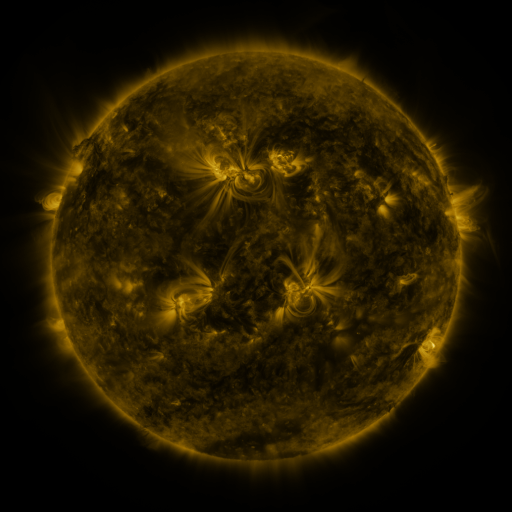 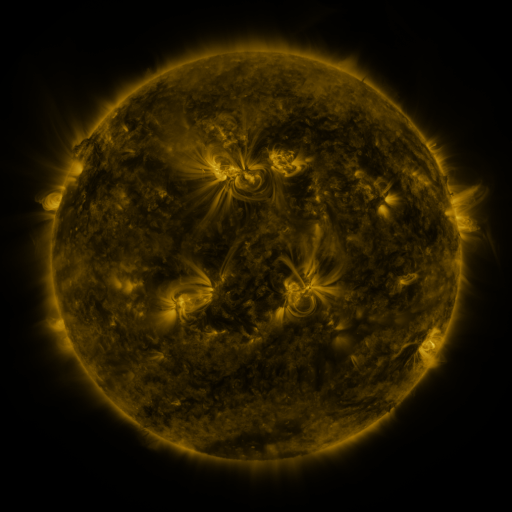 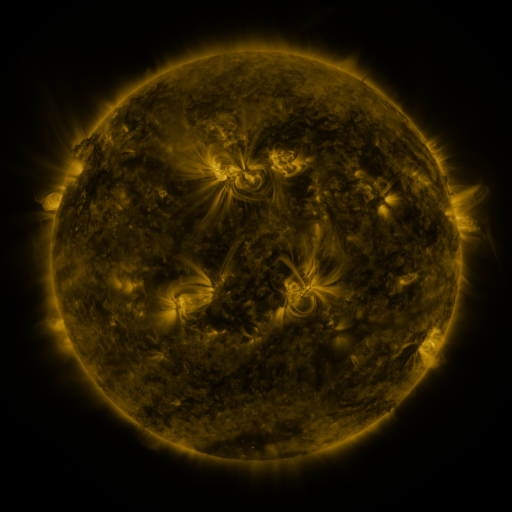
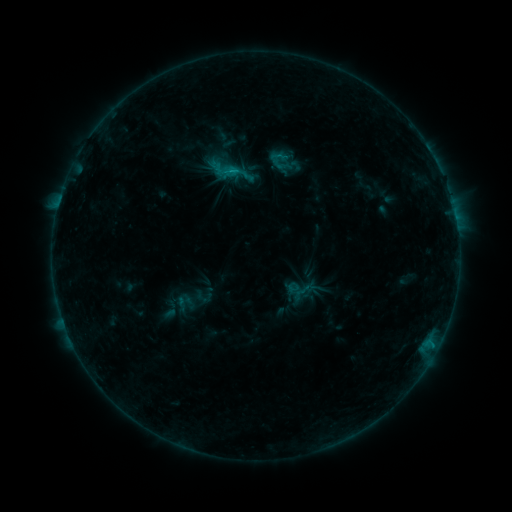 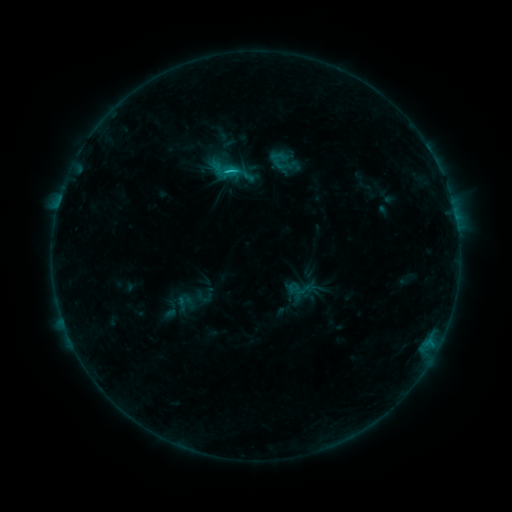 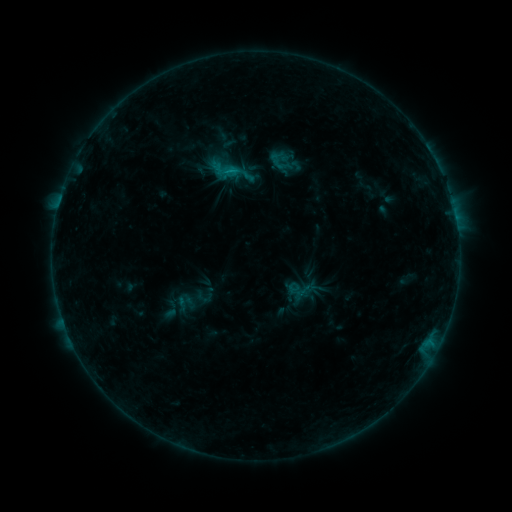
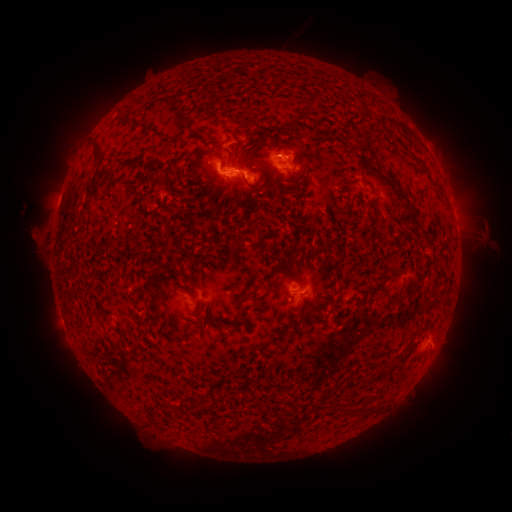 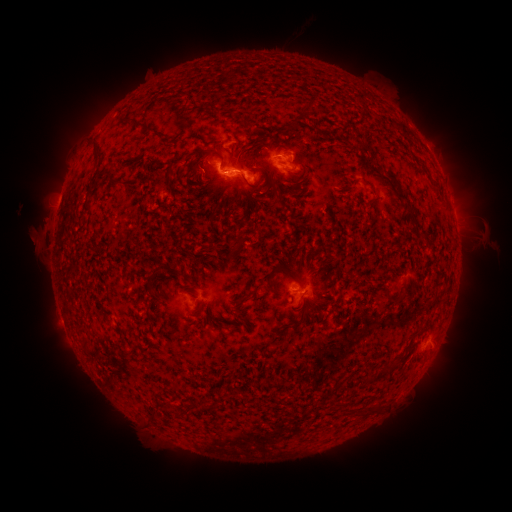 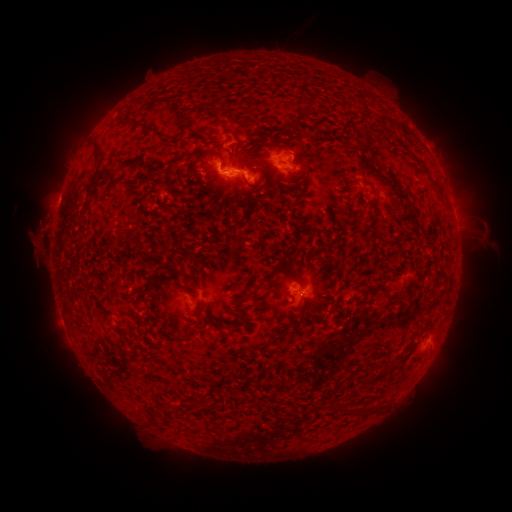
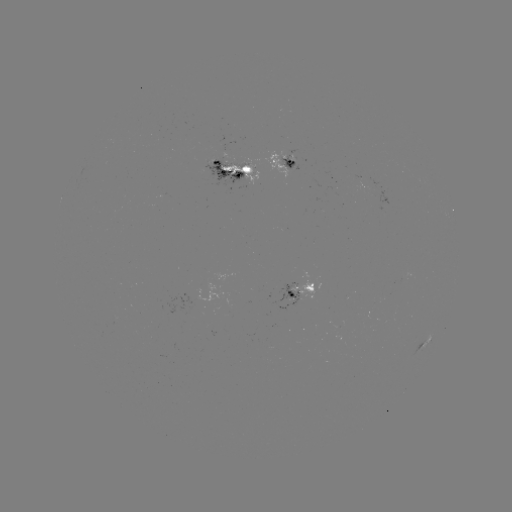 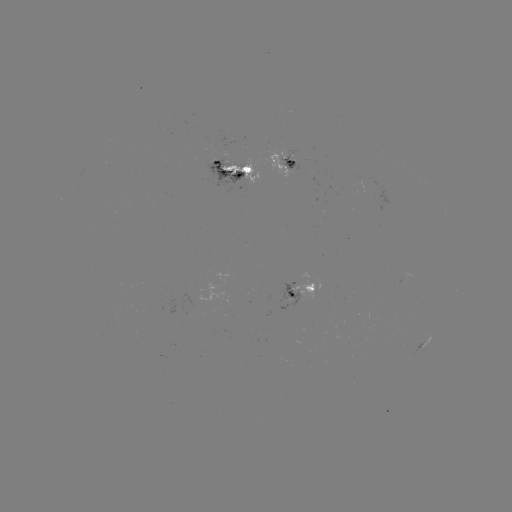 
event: flare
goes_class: C1.1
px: (232, 172)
